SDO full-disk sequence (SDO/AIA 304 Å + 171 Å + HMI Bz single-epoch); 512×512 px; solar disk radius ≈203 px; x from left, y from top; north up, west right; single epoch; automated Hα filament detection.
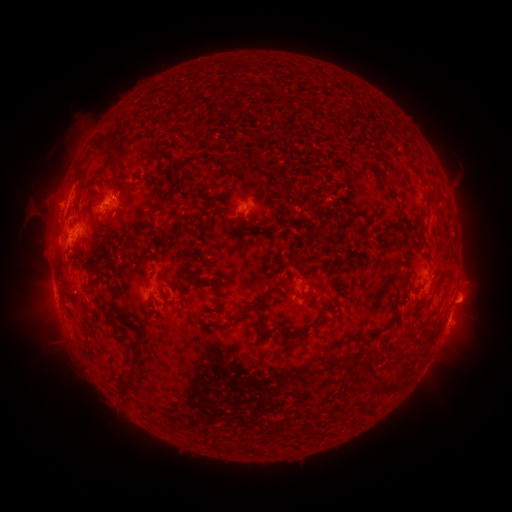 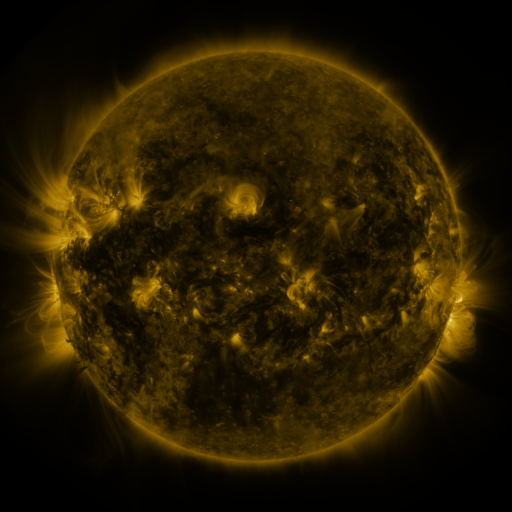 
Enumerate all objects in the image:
filament: <bbox>139, 57, 272, 100</bbox>
filament: <bbox>83, 141, 98, 165</bbox>
filament: <bbox>277, 184, 289, 197</bbox>
filament: <bbox>227, 185, 237, 196</bbox>
filament: <bbox>204, 198, 213, 210</bbox>
filament: <bbox>244, 218, 257, 230</bbox>
filament: <bbox>400, 270, 410, 286</bbox>
filament: <bbox>230, 300, 271, 324</bbox>
filament: <bbox>352, 334, 371, 342</bbox>
filament: <bbox>367, 357, 389, 384</bbox>
filament: <bbox>342, 359, 352, 368</bbox>
filament: <bbox>123, 384, 133, 397</bbox>
